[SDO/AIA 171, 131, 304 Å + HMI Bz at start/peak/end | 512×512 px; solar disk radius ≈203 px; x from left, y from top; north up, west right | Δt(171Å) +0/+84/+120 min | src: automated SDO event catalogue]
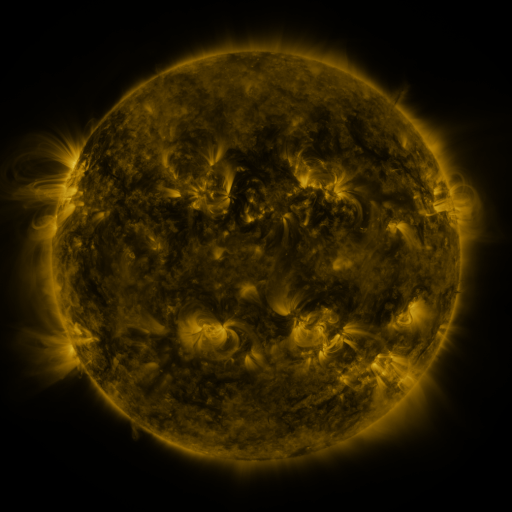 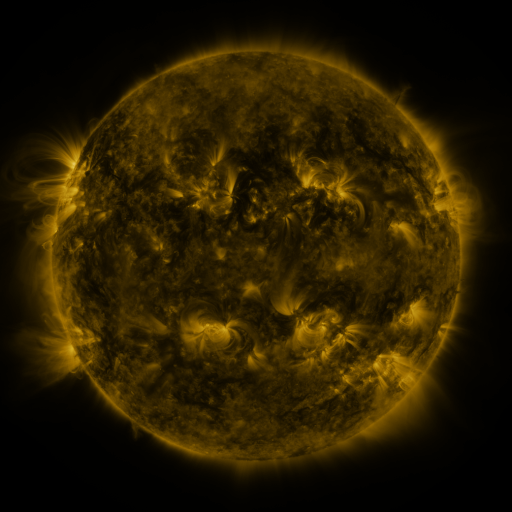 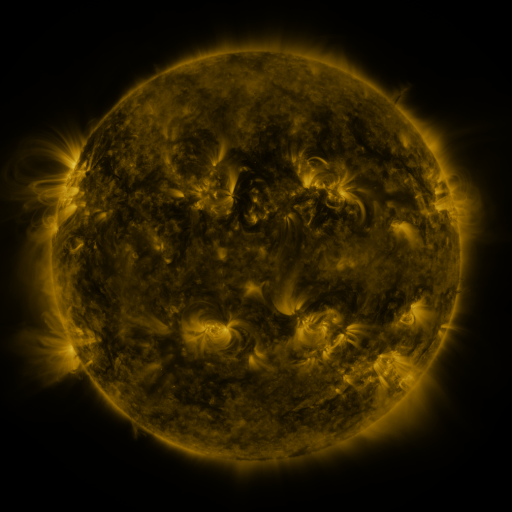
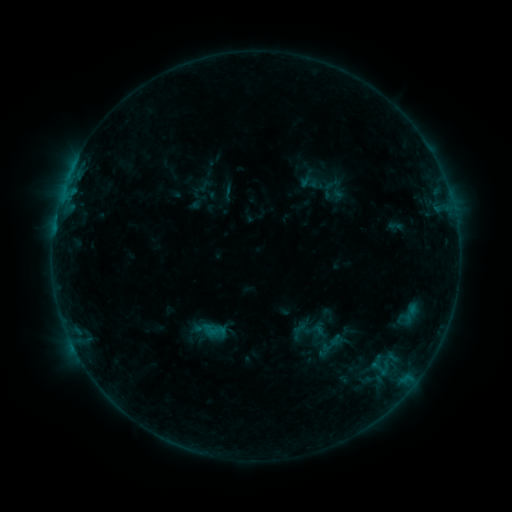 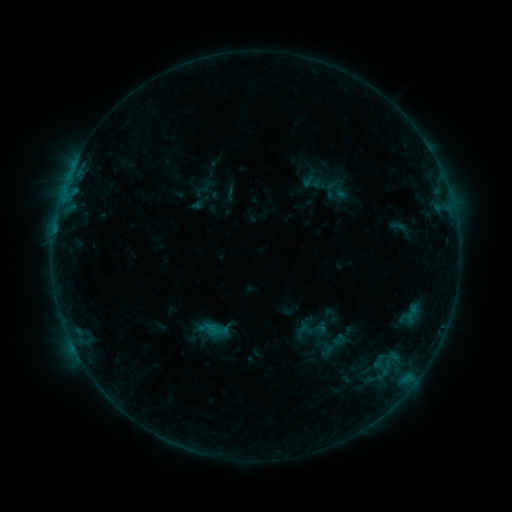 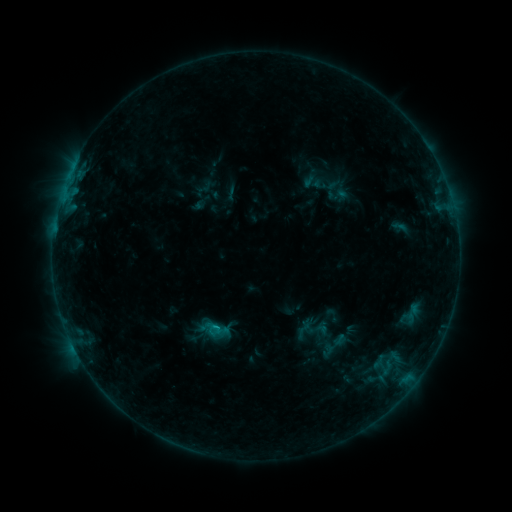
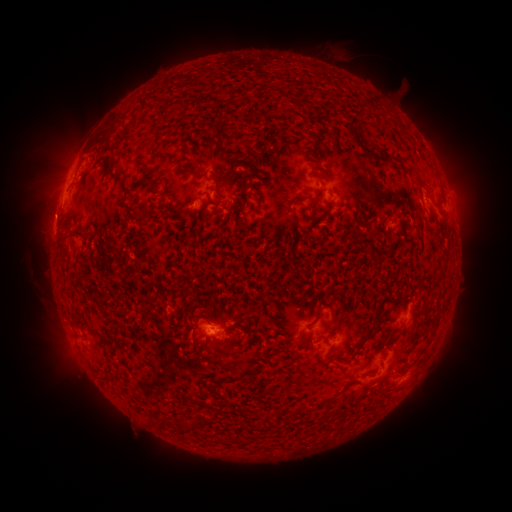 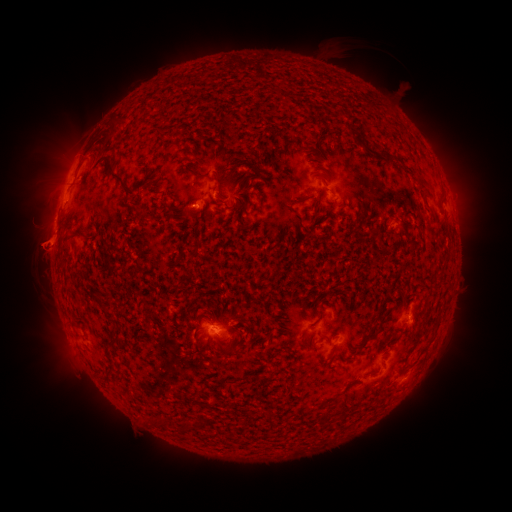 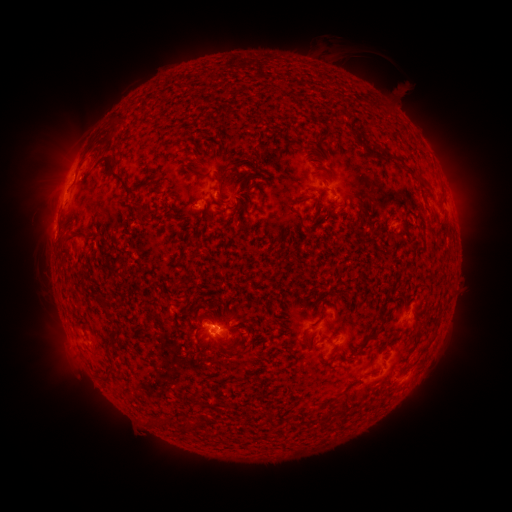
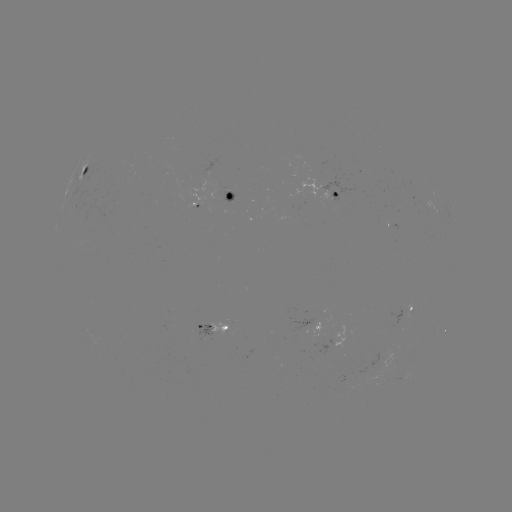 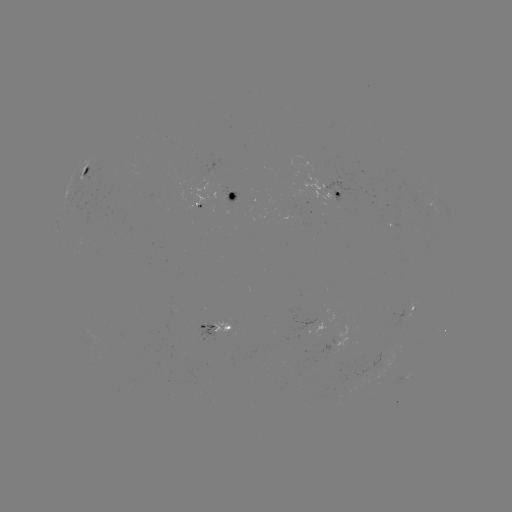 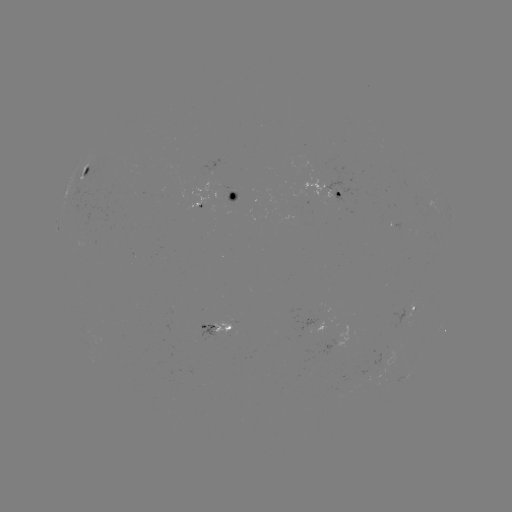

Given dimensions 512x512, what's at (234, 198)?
emerging-flux region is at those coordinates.